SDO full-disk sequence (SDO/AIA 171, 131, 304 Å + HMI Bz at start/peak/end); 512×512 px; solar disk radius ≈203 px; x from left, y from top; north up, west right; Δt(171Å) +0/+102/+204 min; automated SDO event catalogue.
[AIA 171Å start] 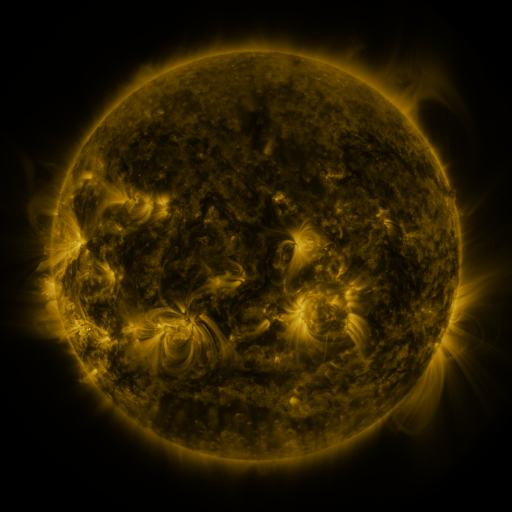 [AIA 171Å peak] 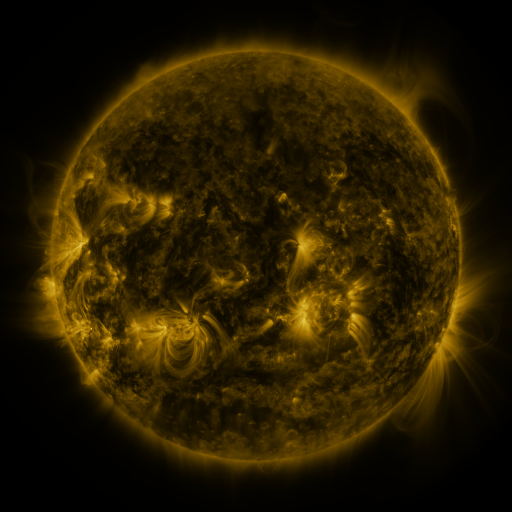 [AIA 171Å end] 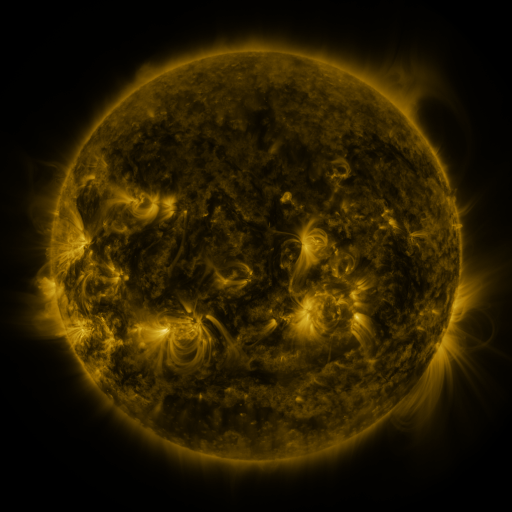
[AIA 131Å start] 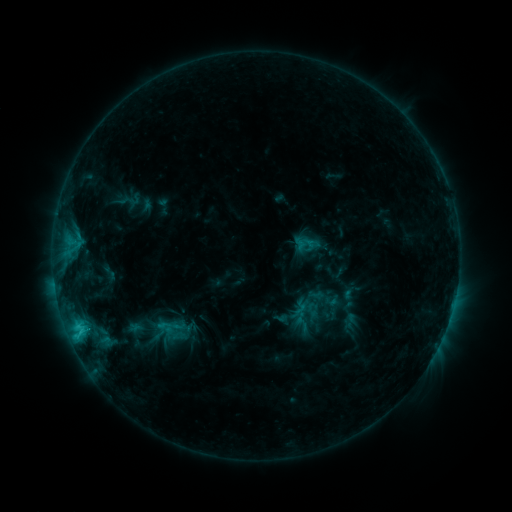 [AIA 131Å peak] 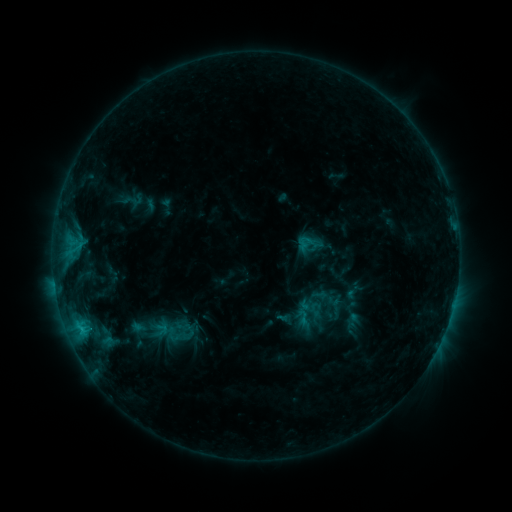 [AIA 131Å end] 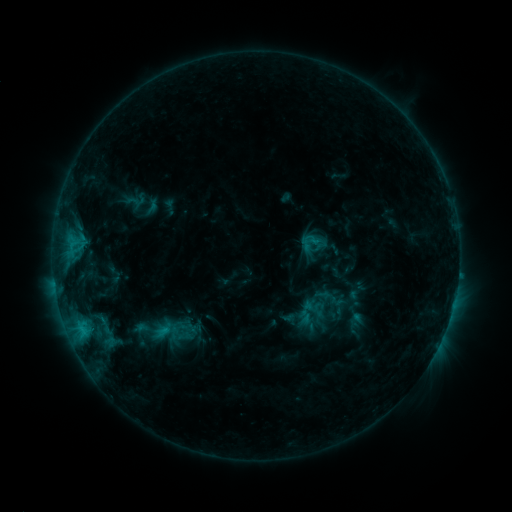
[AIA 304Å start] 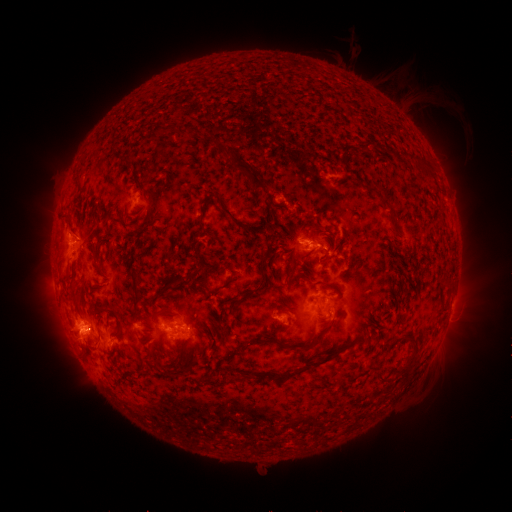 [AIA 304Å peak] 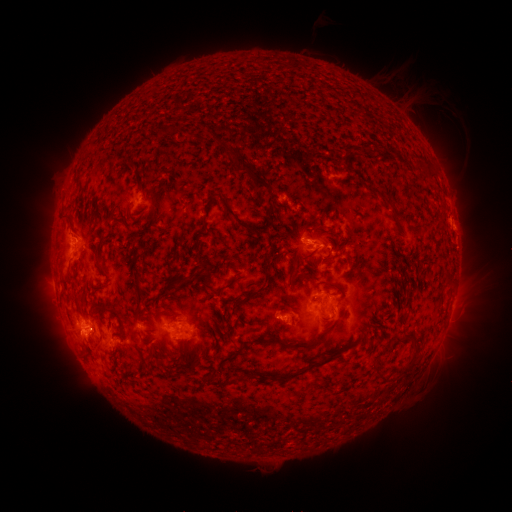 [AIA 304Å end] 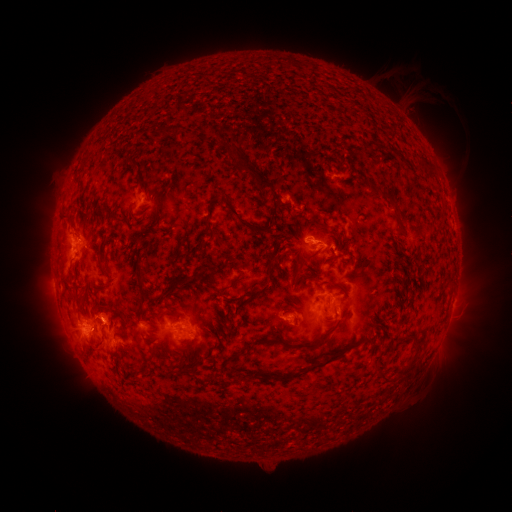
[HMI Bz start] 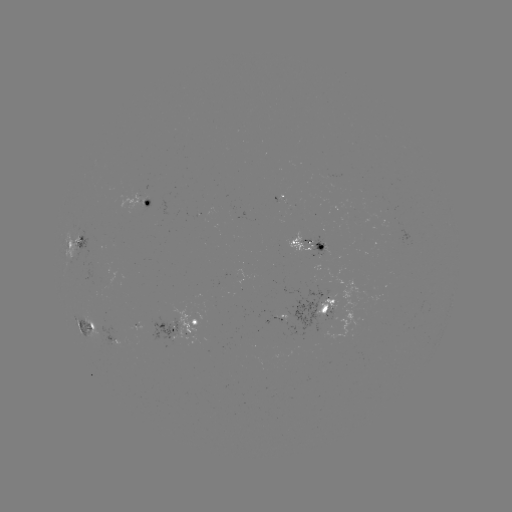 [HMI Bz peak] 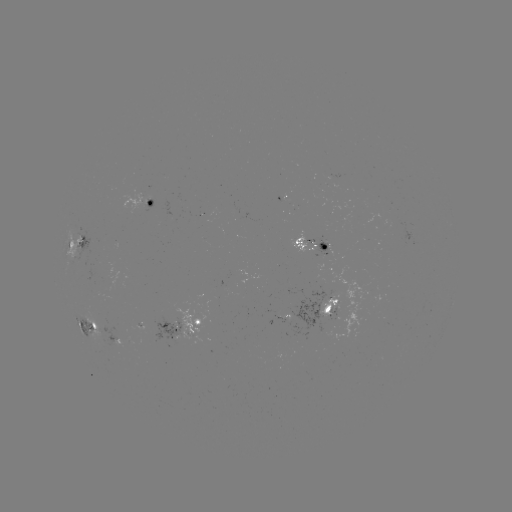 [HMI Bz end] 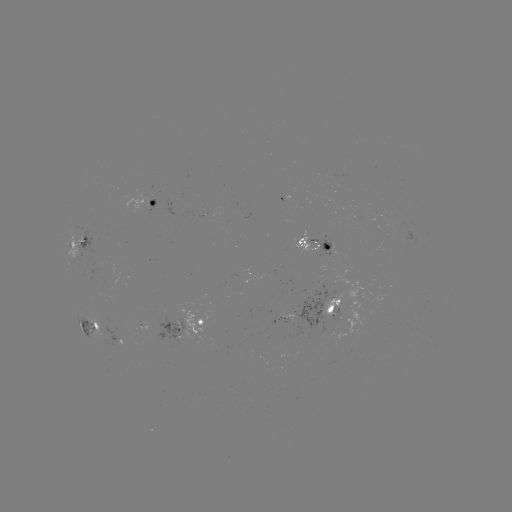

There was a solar filament eruption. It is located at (476, 265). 